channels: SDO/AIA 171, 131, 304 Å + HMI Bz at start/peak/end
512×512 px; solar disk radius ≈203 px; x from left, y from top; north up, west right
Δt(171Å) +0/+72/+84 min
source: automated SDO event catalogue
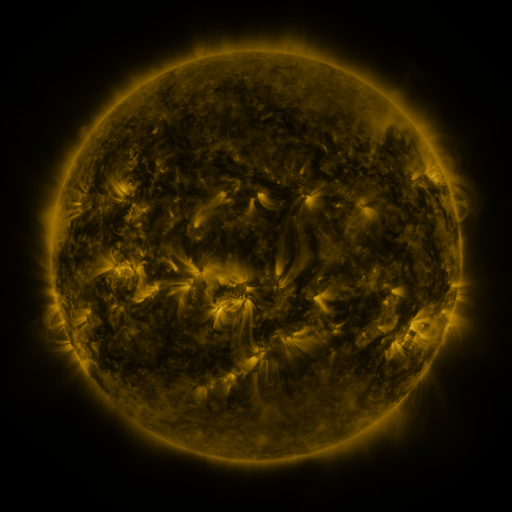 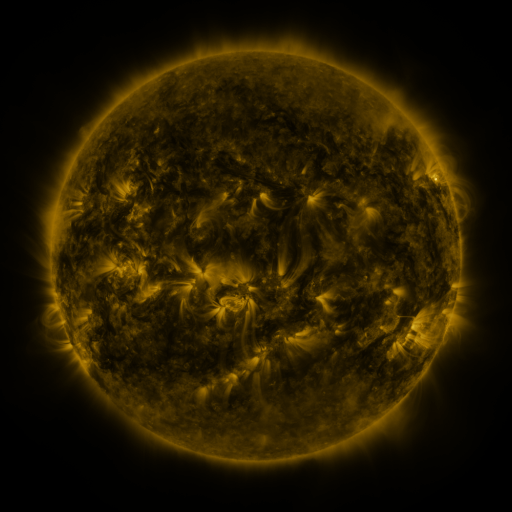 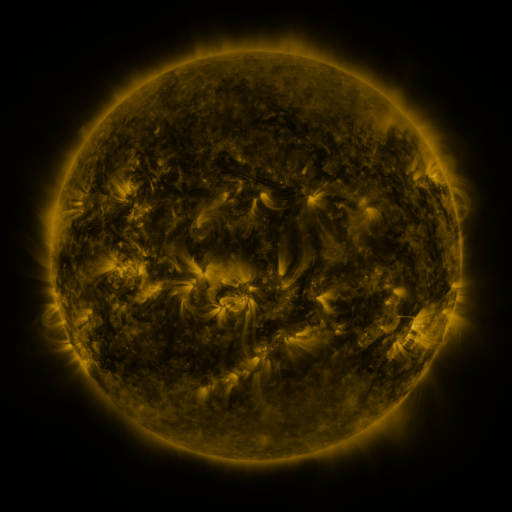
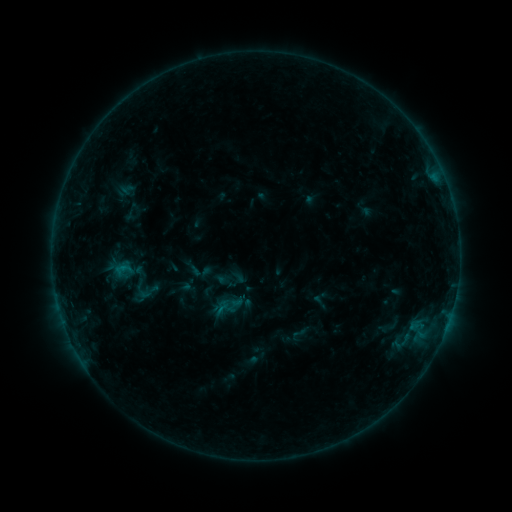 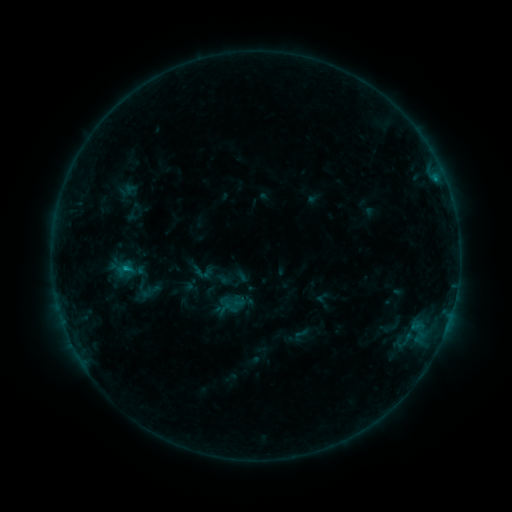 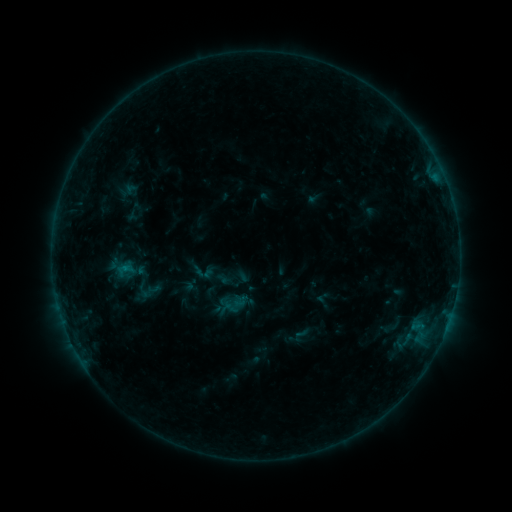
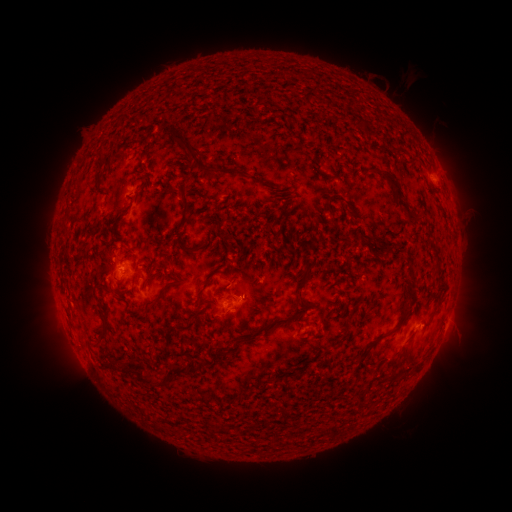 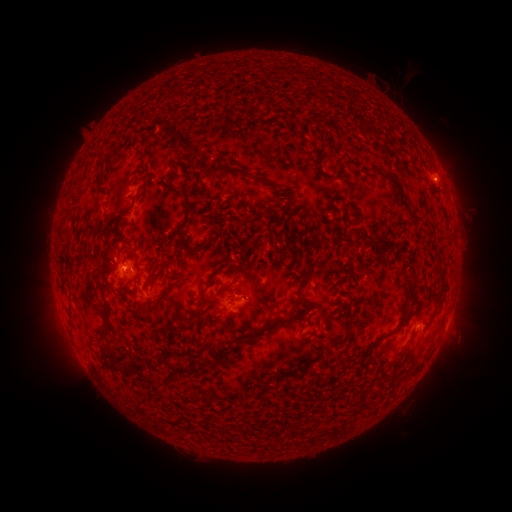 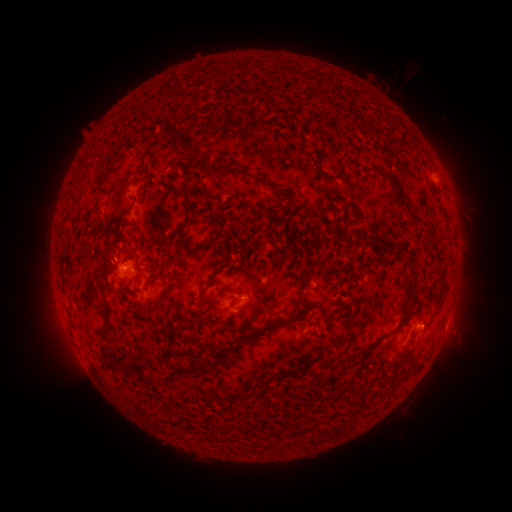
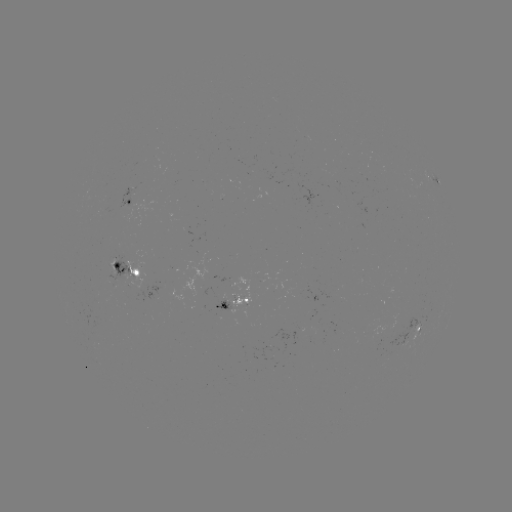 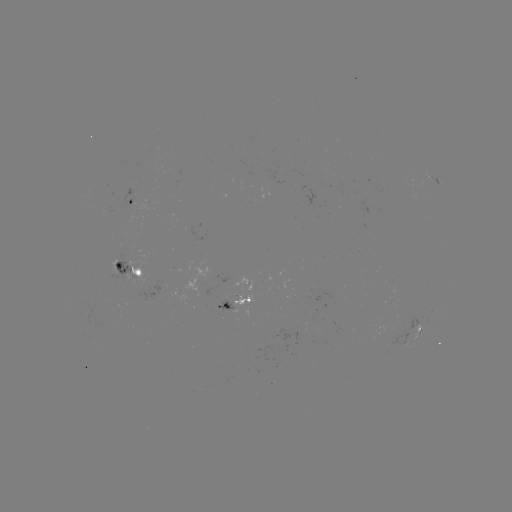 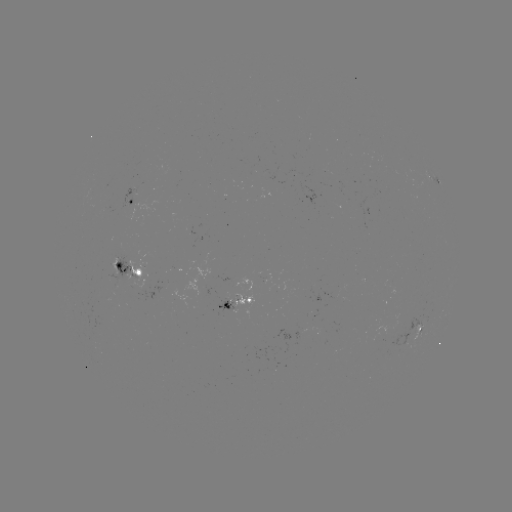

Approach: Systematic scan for emerging-flux region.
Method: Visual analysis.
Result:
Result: emerging-flux region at (246, 302).